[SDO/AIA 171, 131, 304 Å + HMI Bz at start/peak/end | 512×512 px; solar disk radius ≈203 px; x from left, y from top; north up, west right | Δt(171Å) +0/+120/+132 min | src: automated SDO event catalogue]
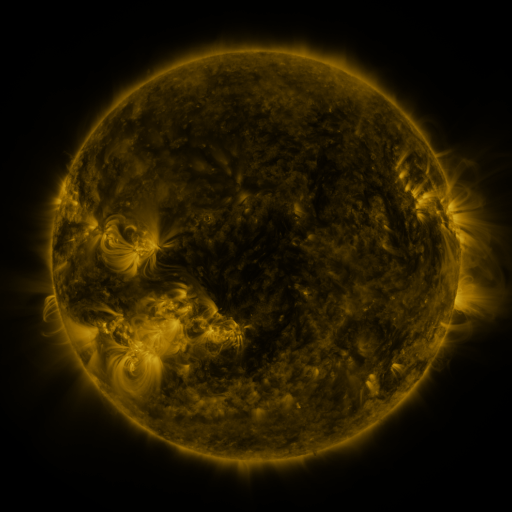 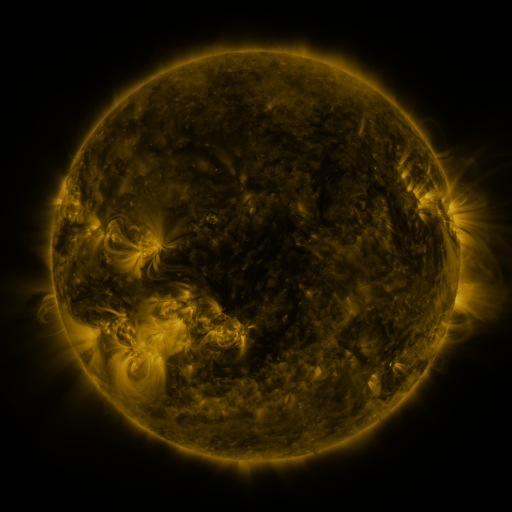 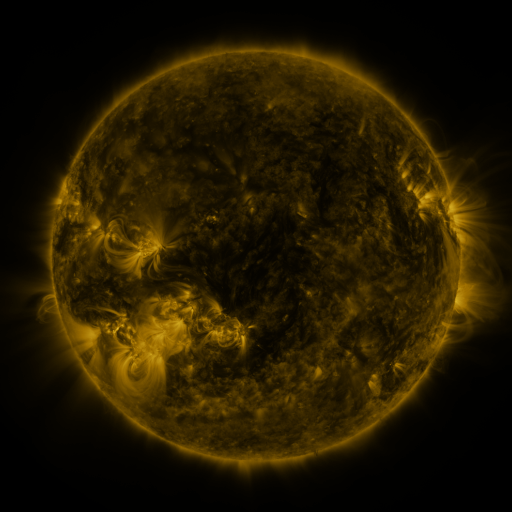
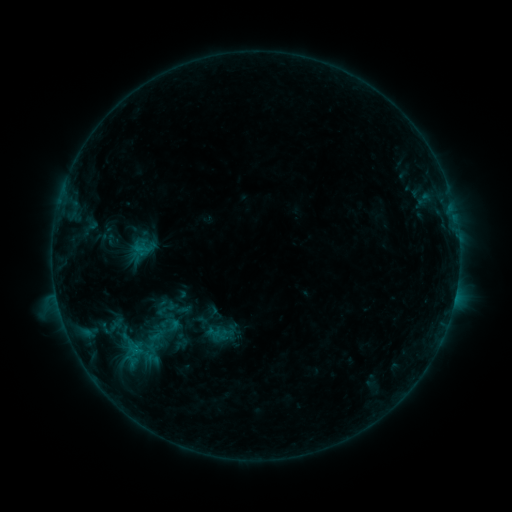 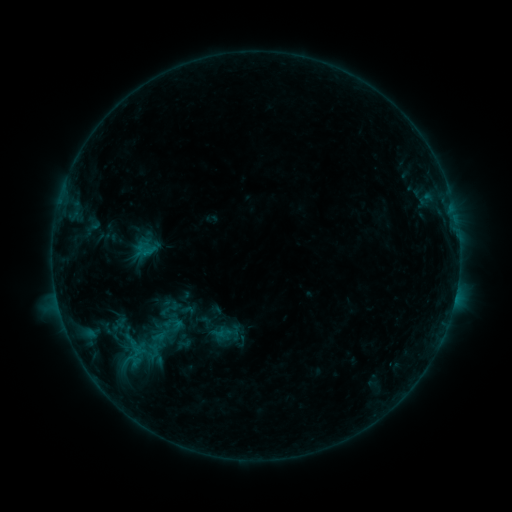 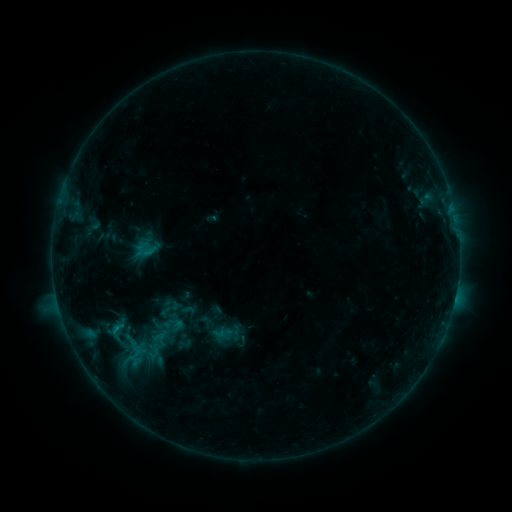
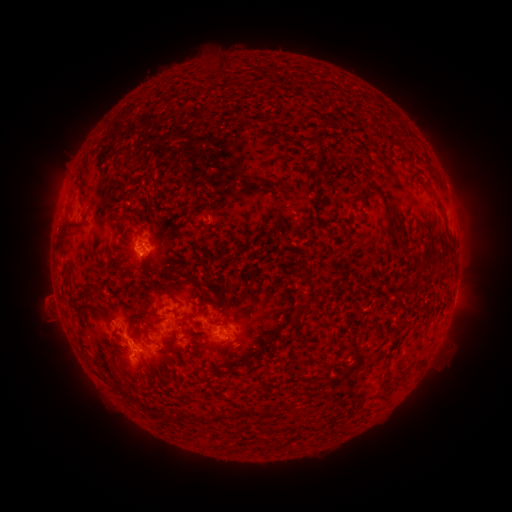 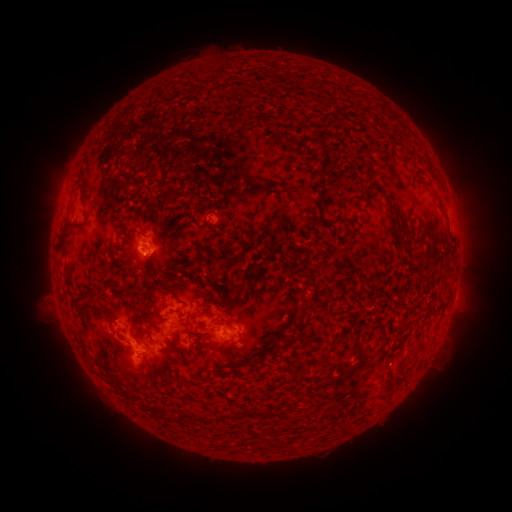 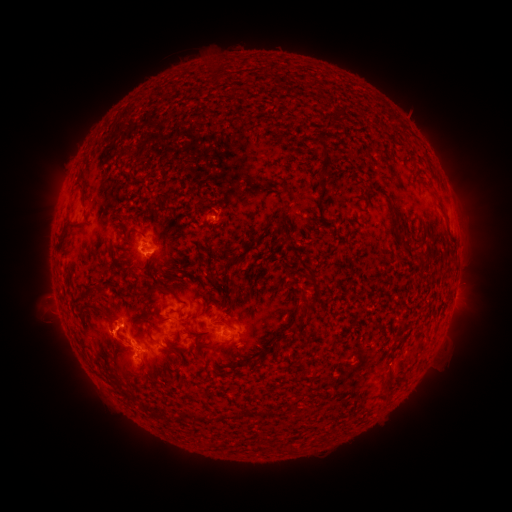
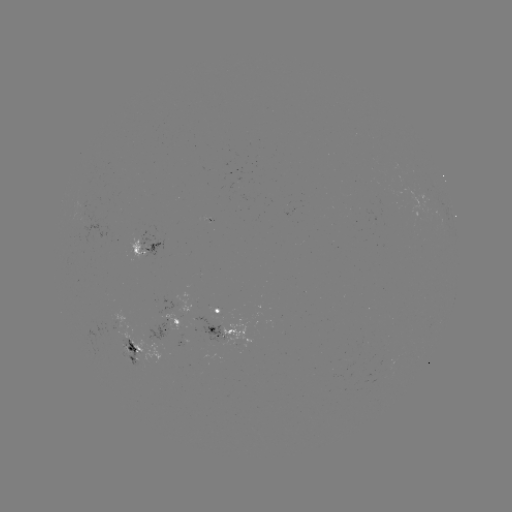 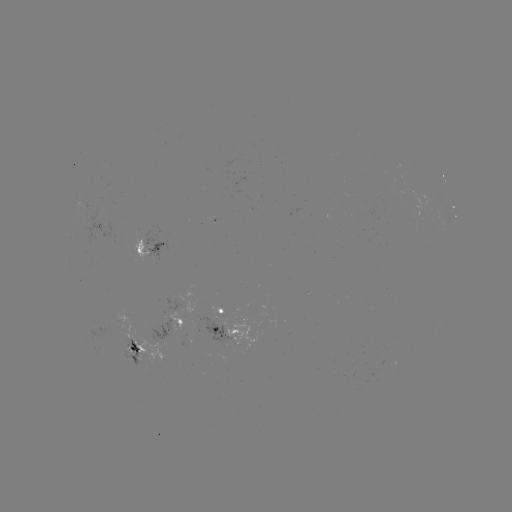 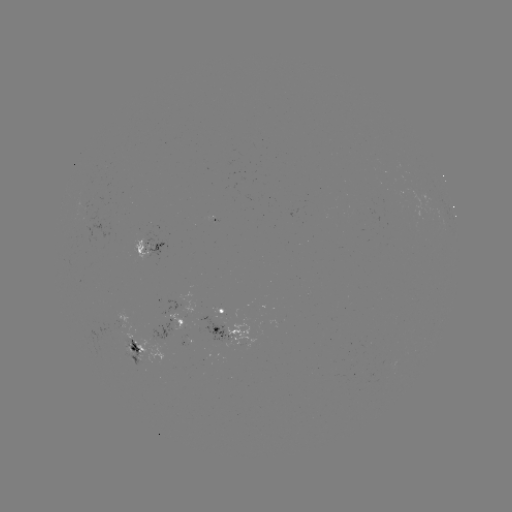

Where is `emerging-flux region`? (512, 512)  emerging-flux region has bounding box [207, 215, 218, 223].